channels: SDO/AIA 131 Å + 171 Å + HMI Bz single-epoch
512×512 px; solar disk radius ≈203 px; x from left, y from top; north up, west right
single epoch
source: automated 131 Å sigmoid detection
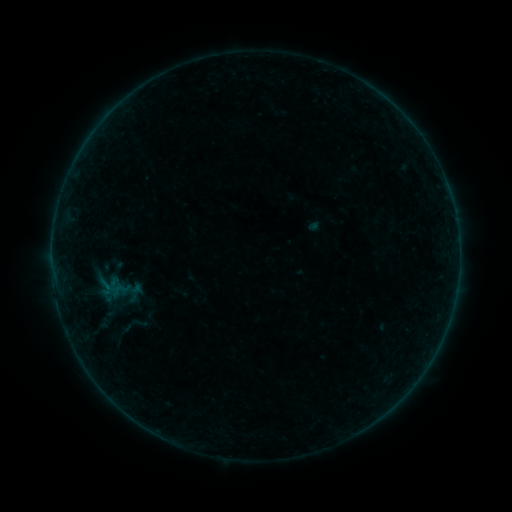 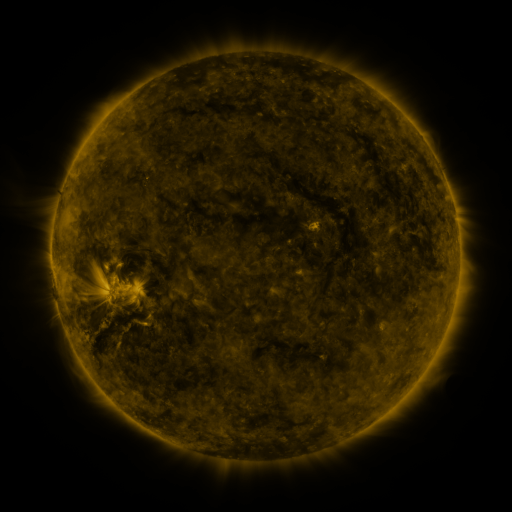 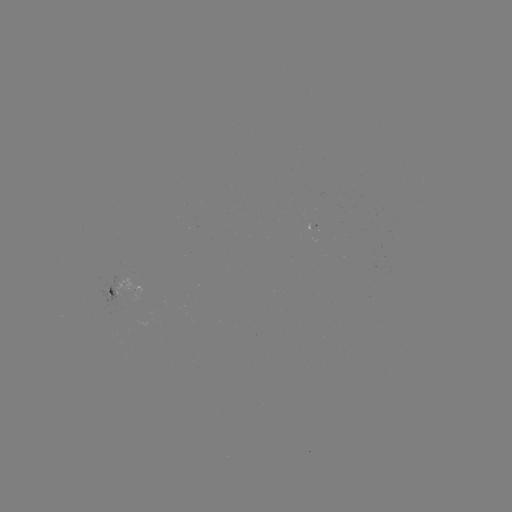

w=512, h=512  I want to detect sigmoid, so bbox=[94, 276, 117, 297].